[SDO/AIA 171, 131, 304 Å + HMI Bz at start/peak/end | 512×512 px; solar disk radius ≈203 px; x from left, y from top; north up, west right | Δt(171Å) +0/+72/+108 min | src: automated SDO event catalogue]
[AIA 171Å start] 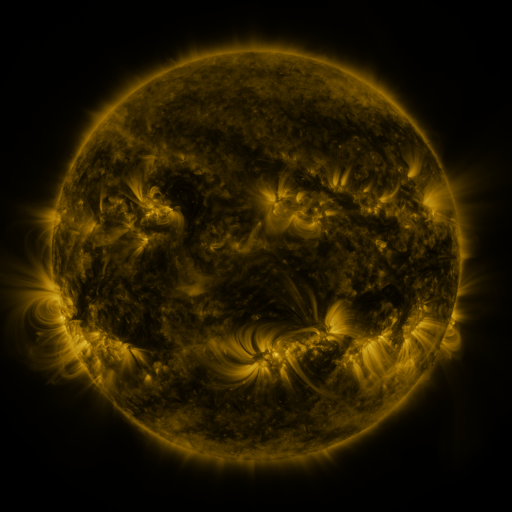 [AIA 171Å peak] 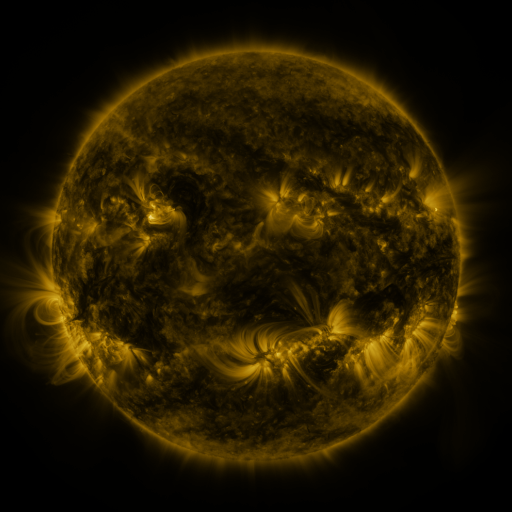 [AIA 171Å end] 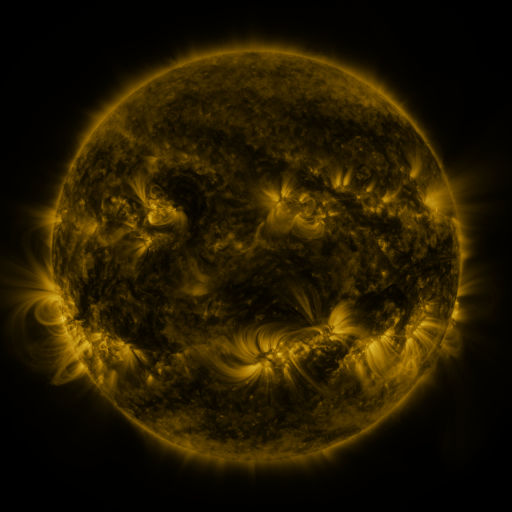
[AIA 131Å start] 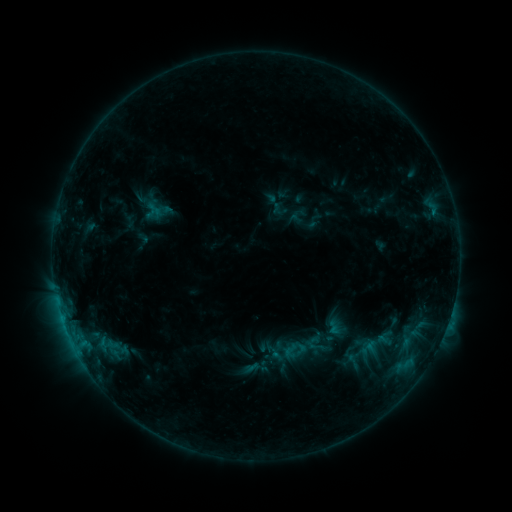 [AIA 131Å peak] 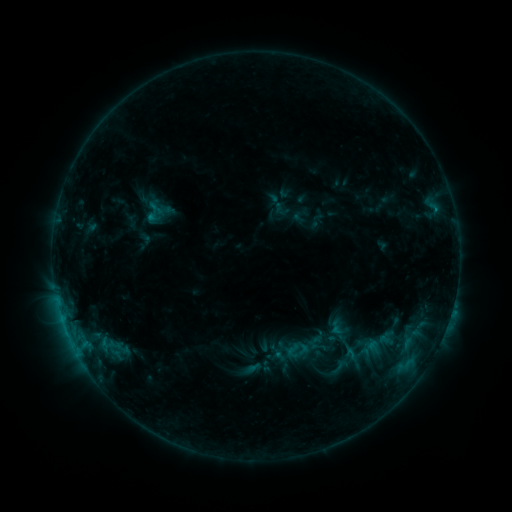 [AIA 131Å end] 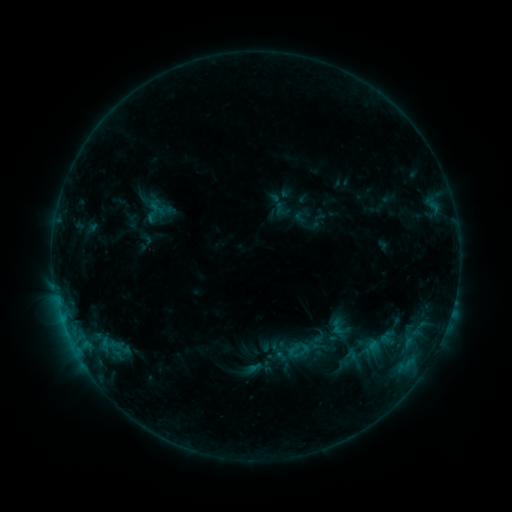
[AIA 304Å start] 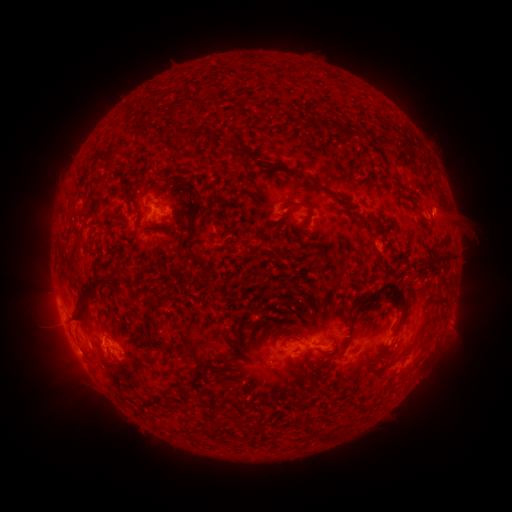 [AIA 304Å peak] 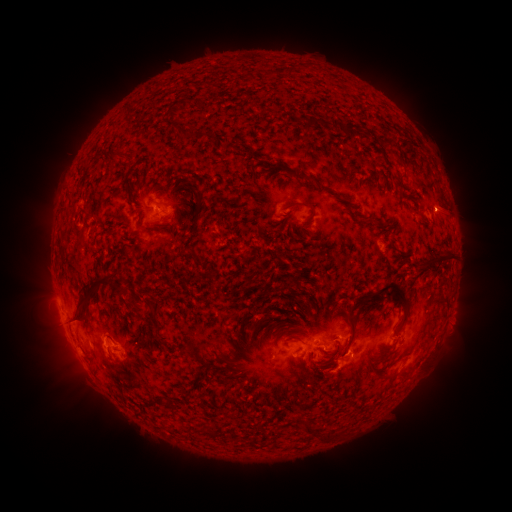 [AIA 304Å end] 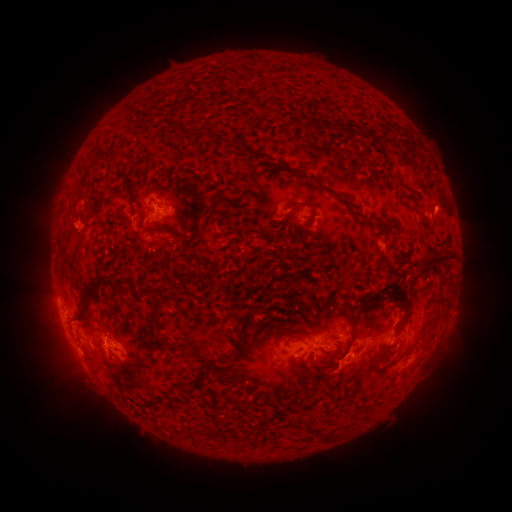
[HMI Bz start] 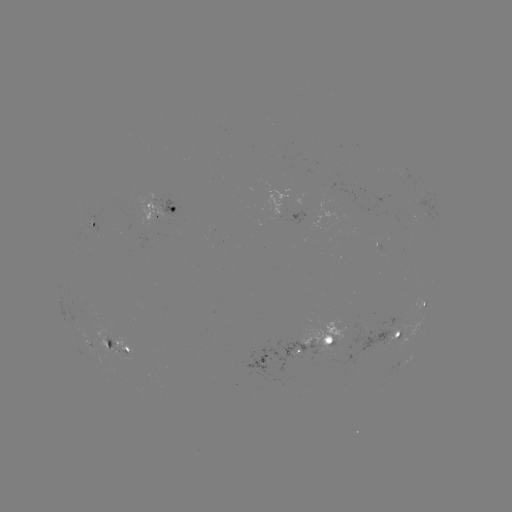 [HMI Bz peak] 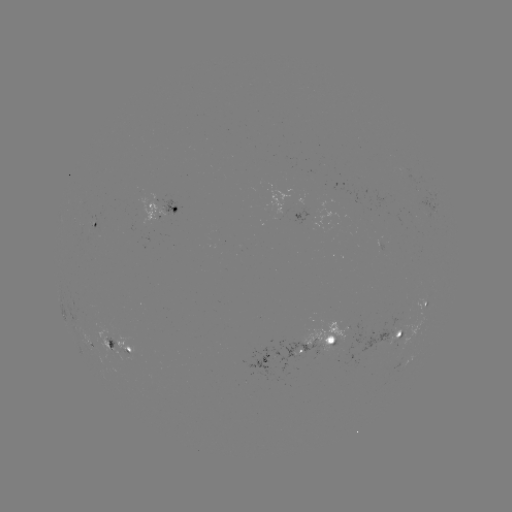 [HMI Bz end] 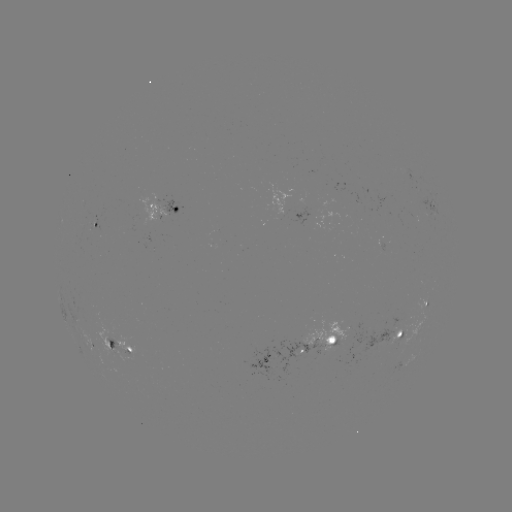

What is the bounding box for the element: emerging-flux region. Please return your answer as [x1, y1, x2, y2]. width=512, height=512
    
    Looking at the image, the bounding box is [86, 213, 99, 233].